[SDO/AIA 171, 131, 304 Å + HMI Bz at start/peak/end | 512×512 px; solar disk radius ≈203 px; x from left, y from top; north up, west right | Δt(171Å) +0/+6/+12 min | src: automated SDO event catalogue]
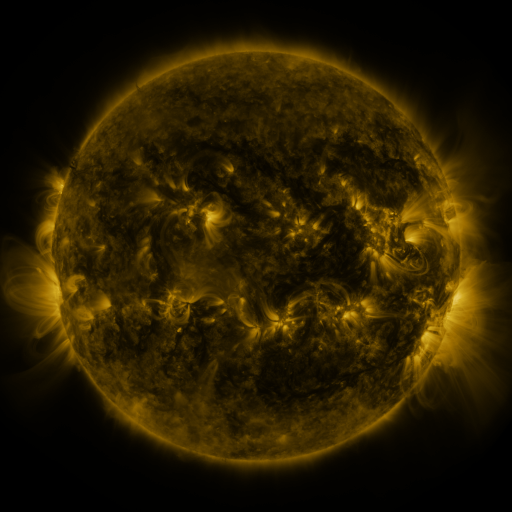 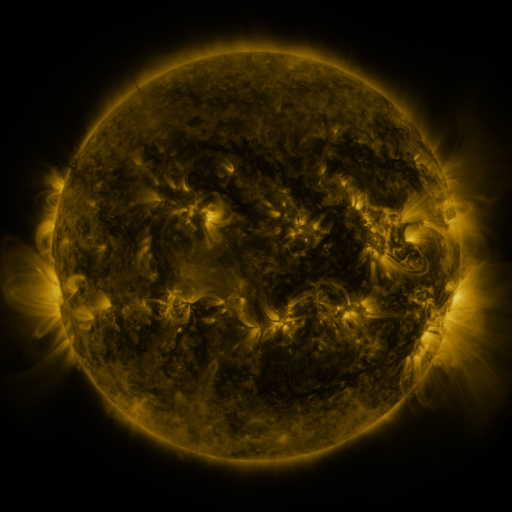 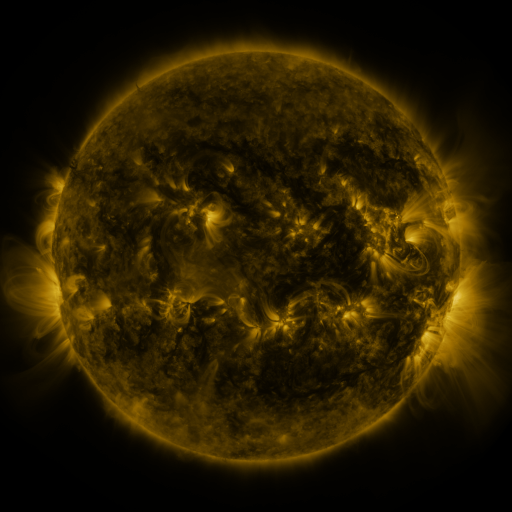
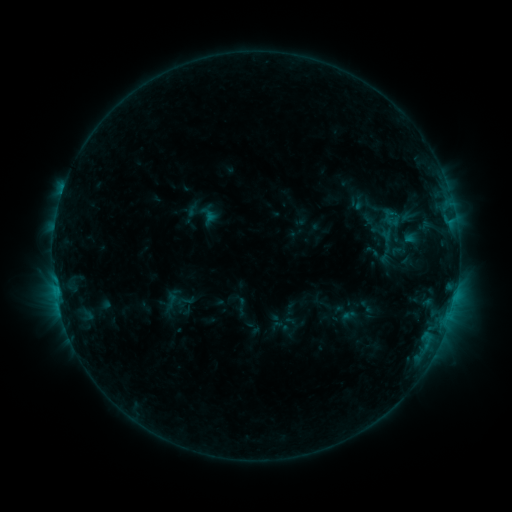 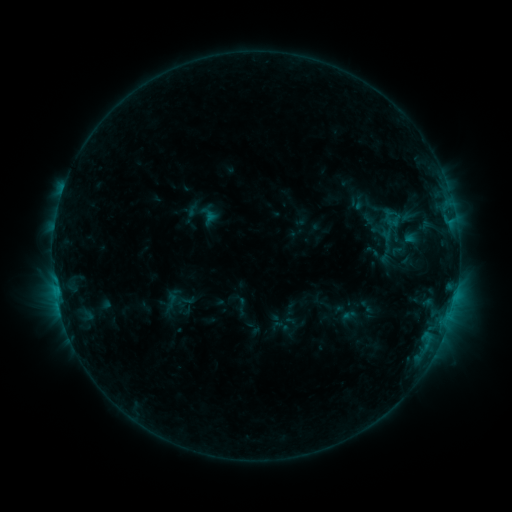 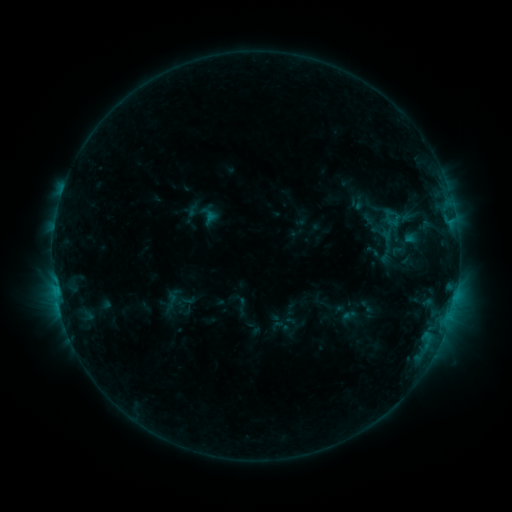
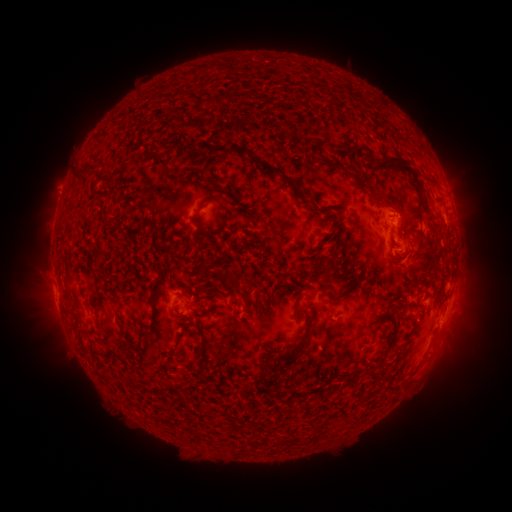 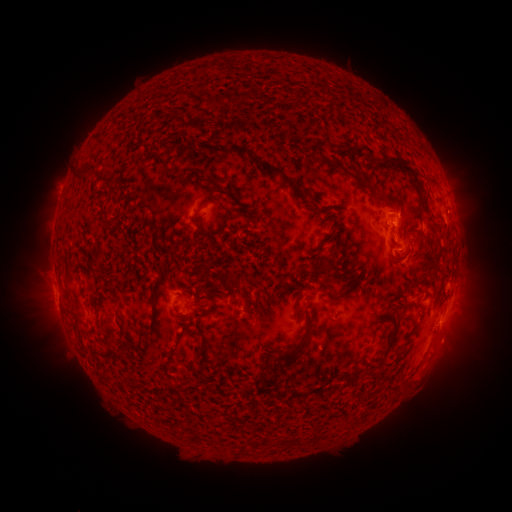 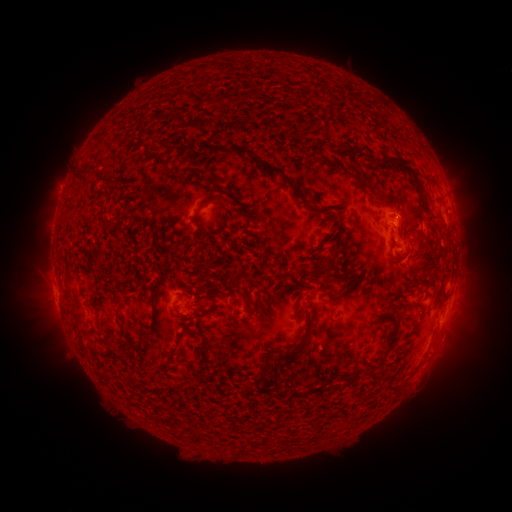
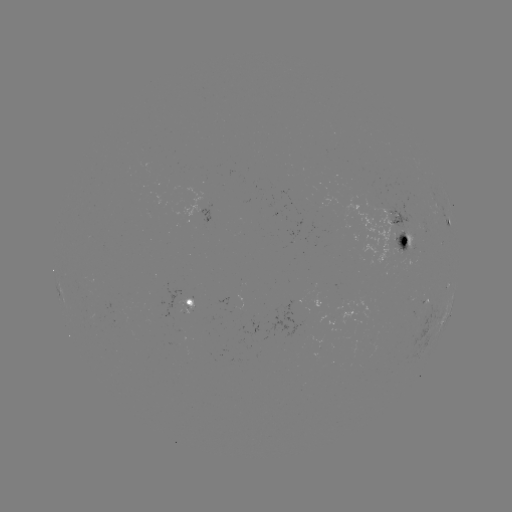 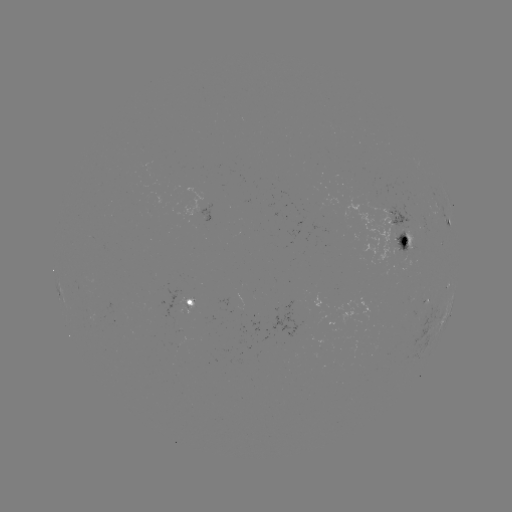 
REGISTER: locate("eruption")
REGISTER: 451,347